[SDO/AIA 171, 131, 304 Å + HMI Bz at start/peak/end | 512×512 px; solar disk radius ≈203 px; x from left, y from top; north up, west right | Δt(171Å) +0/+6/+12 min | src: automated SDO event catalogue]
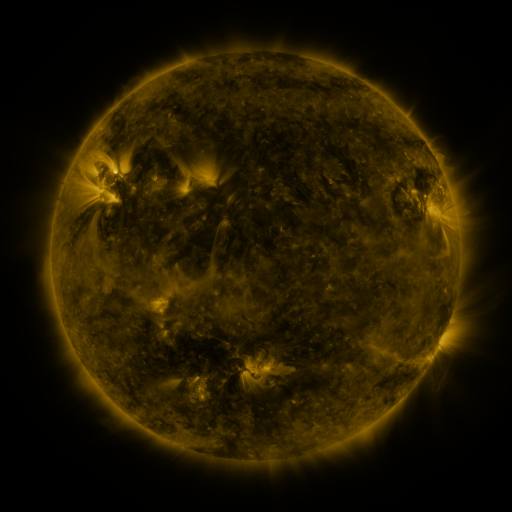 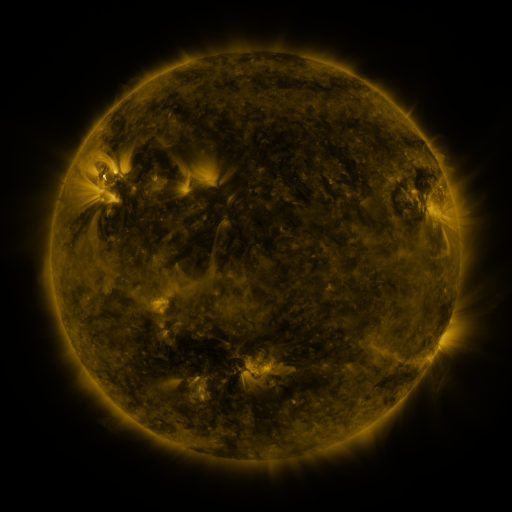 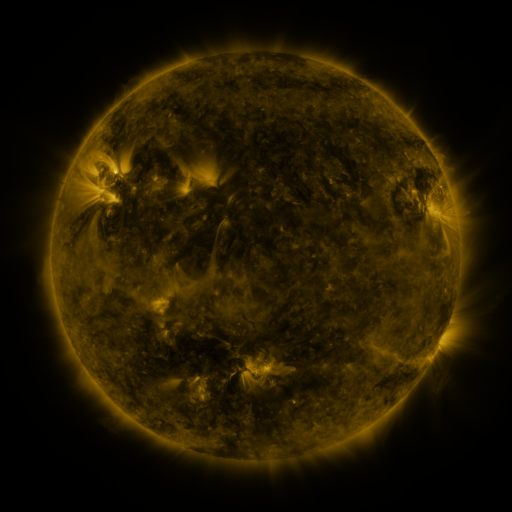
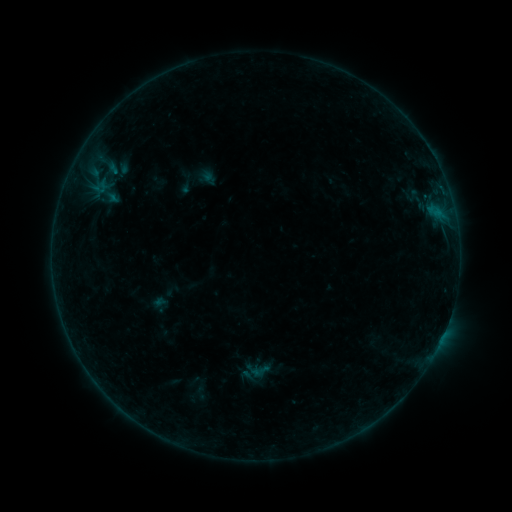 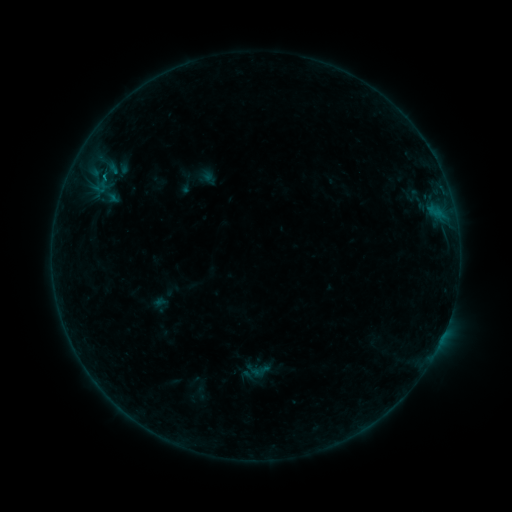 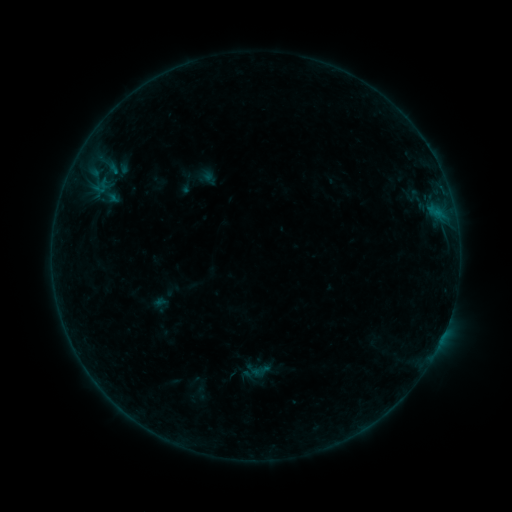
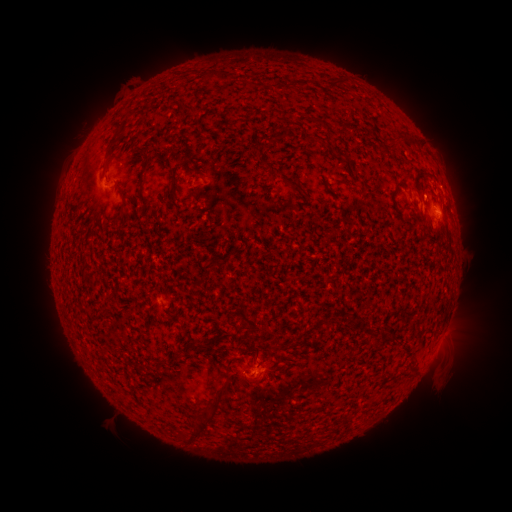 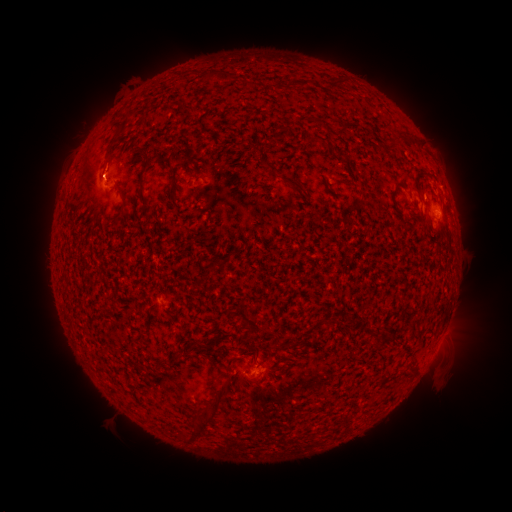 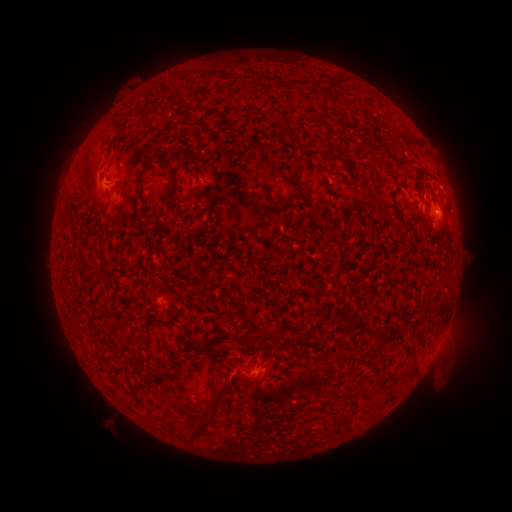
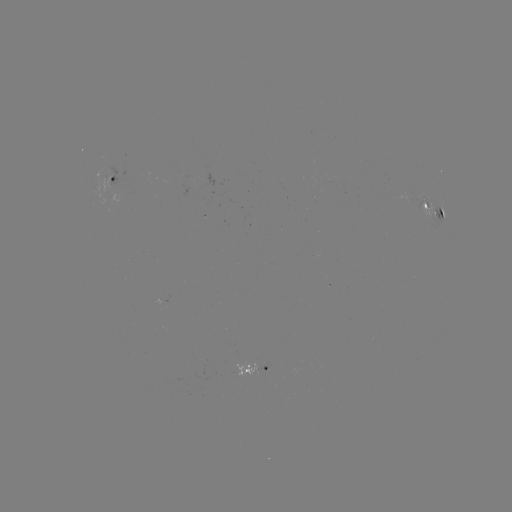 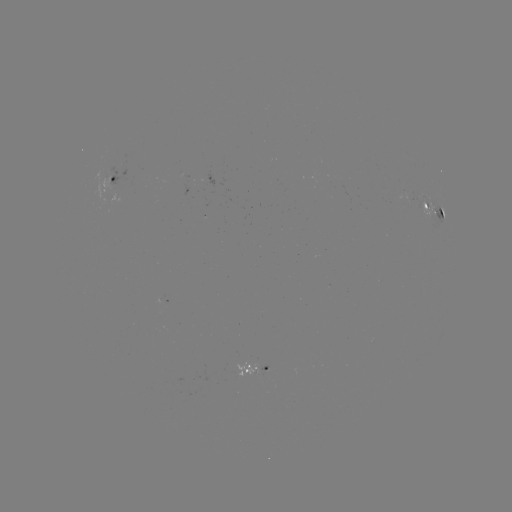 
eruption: [77, 138, 127, 195]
